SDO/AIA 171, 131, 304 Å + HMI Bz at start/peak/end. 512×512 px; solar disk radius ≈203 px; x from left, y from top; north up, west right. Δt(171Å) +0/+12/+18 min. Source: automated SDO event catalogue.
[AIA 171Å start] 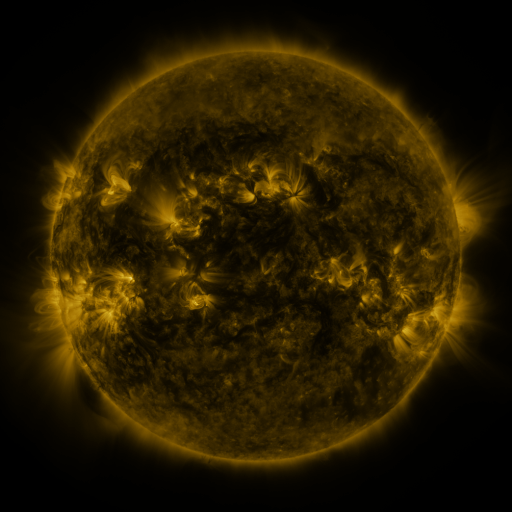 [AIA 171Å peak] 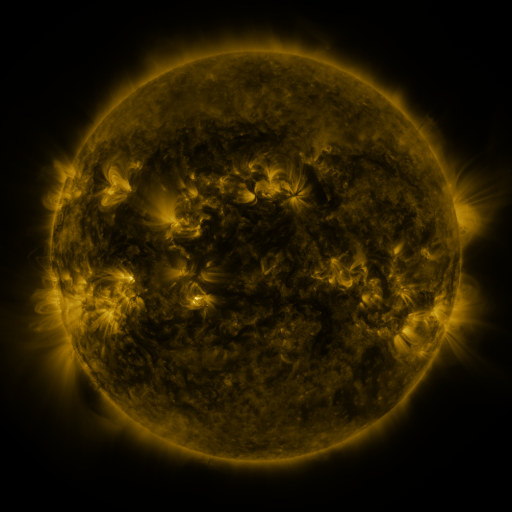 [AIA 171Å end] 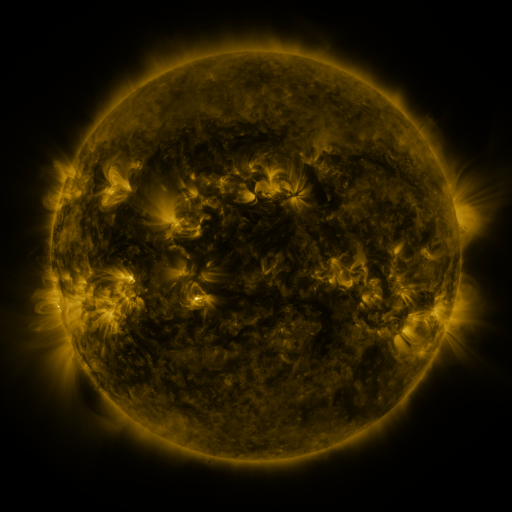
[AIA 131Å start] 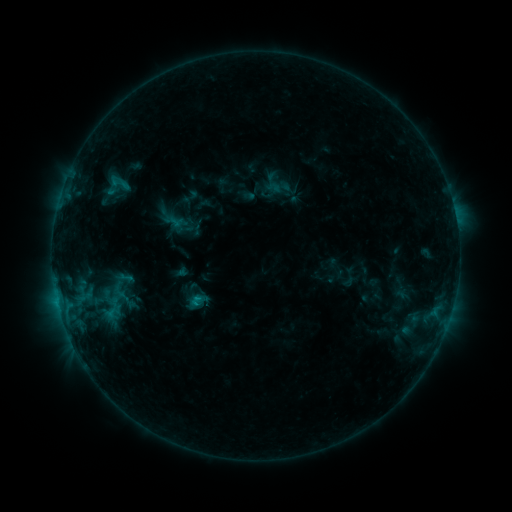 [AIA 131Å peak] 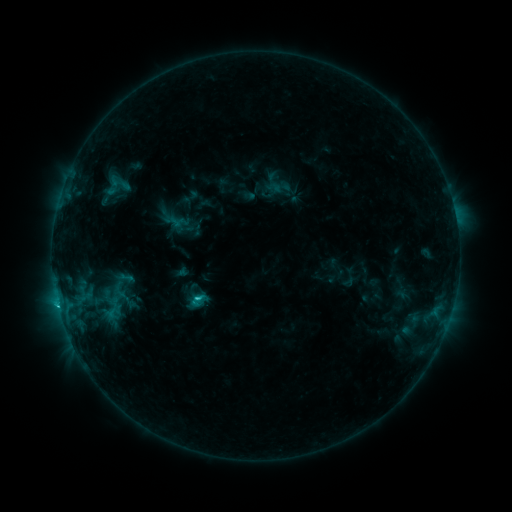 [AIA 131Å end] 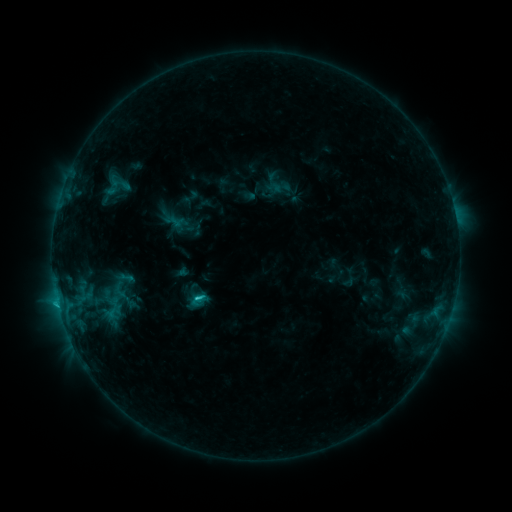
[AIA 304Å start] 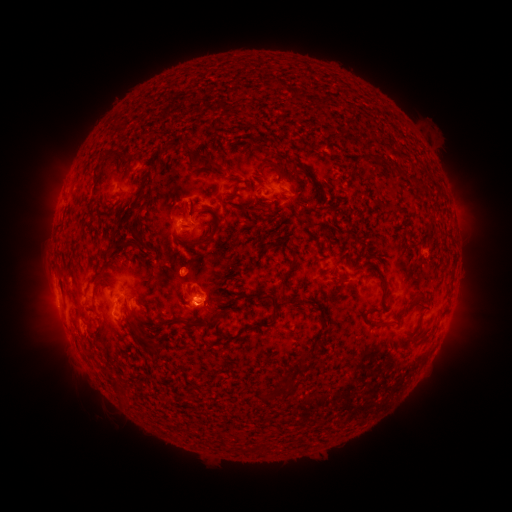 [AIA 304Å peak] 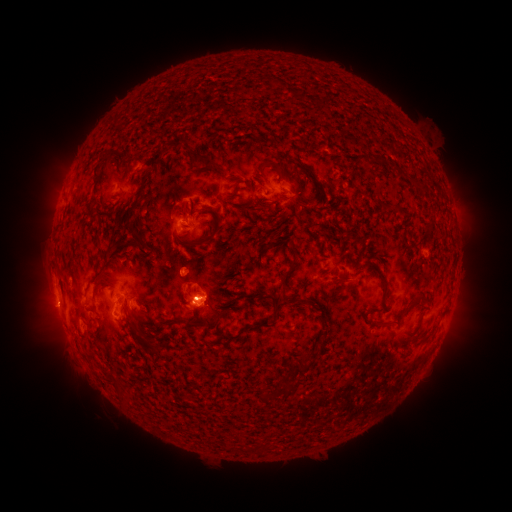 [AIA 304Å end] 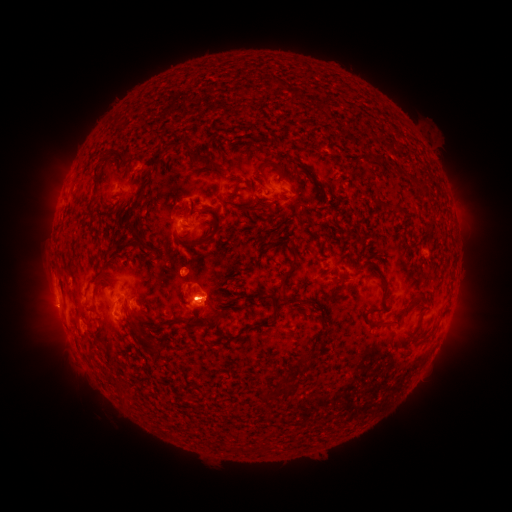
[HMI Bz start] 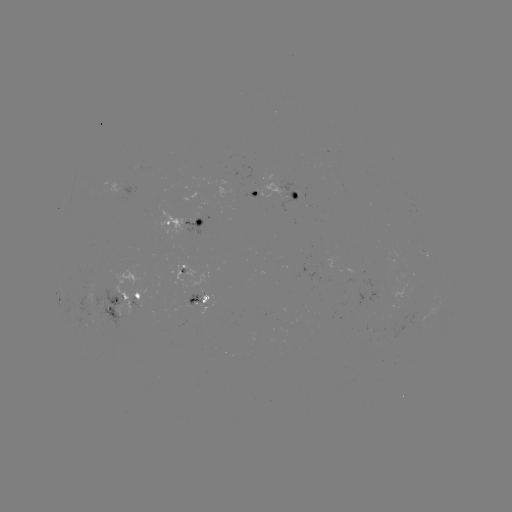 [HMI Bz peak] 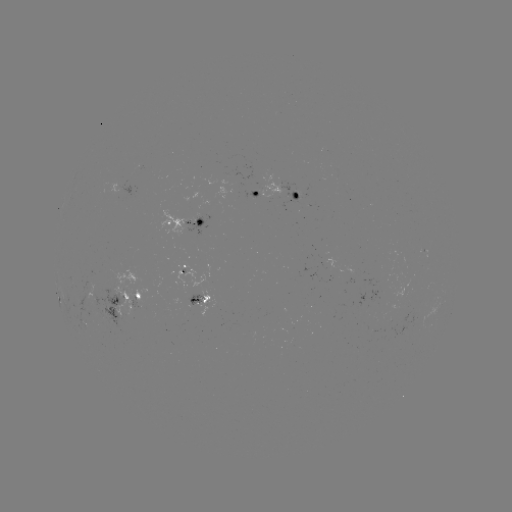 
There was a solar flare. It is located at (198, 296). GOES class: C1.8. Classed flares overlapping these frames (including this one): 1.